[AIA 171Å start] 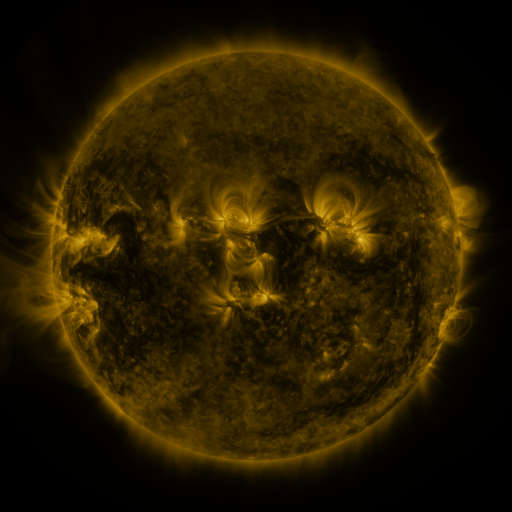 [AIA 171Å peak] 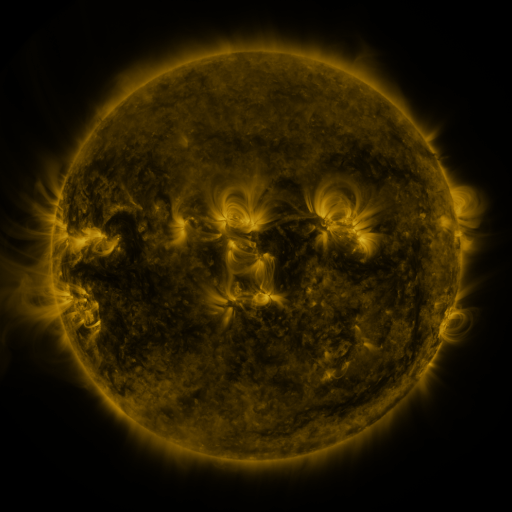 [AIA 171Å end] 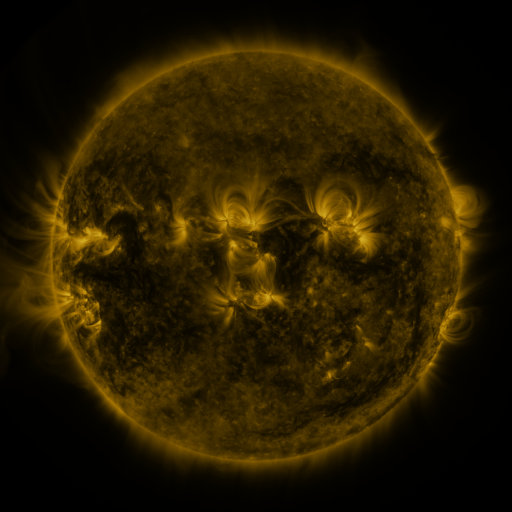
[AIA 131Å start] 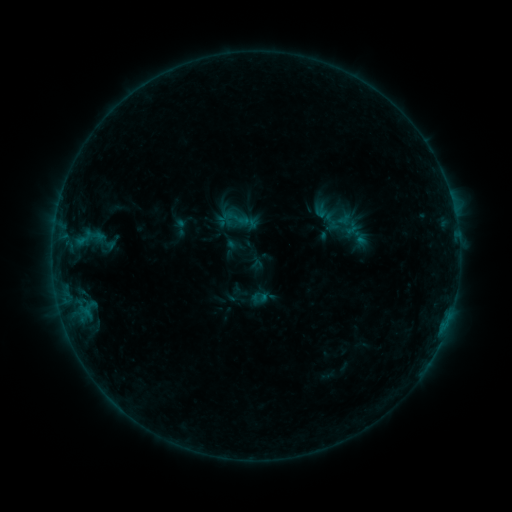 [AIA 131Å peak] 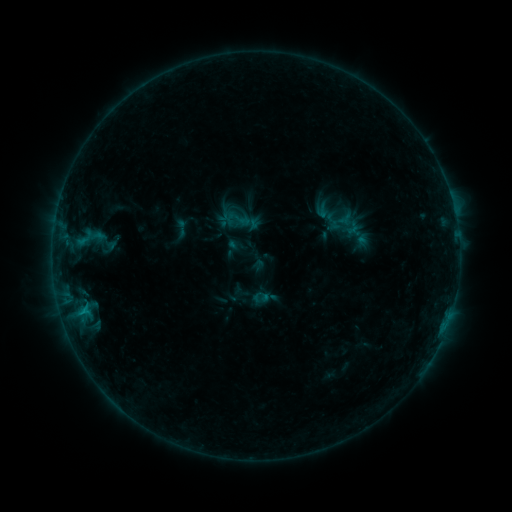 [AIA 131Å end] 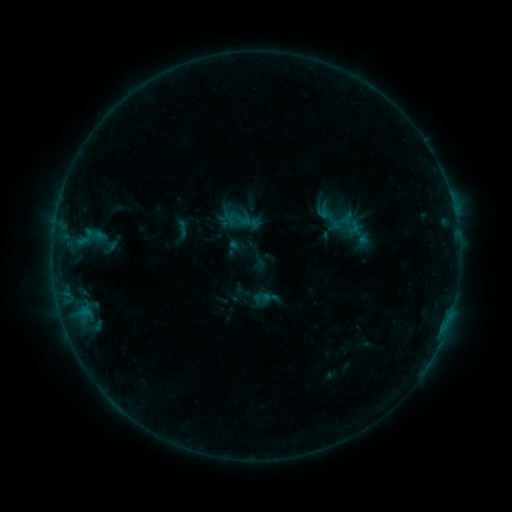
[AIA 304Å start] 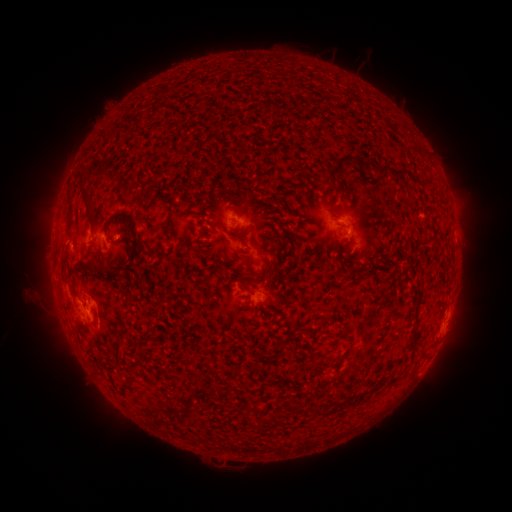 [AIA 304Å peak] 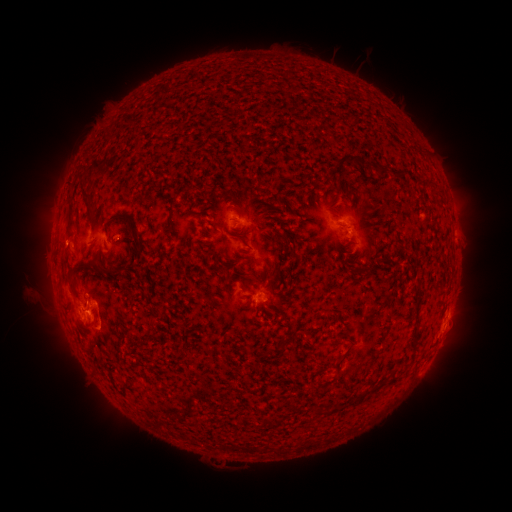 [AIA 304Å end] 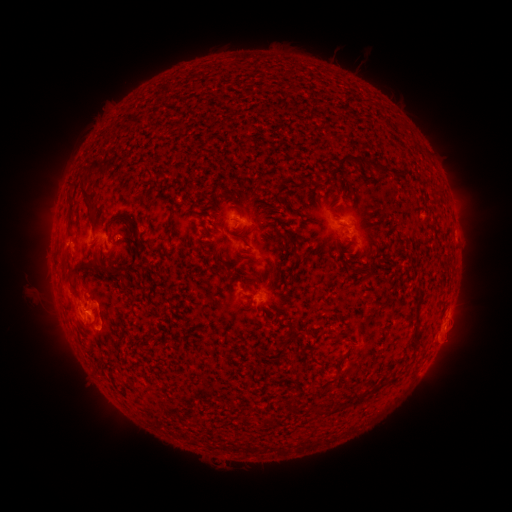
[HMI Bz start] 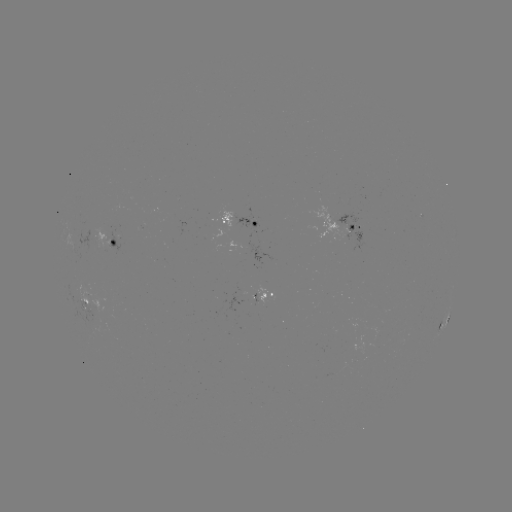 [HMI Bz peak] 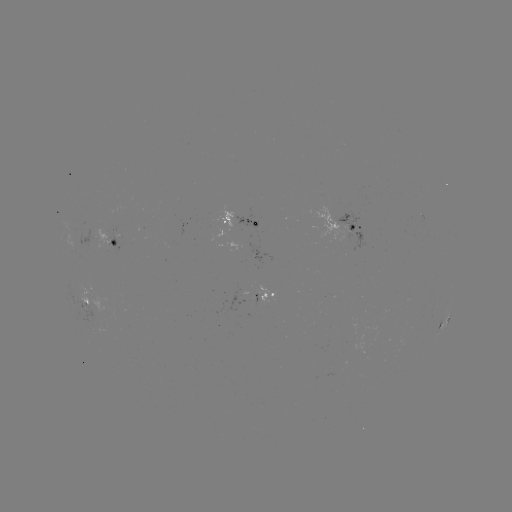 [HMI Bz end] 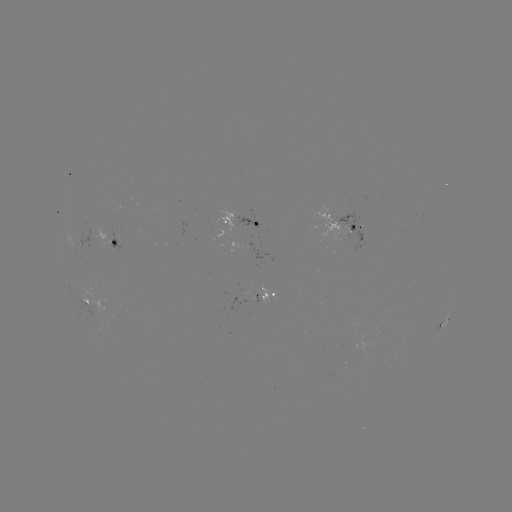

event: flare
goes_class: B8.1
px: (83, 309)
